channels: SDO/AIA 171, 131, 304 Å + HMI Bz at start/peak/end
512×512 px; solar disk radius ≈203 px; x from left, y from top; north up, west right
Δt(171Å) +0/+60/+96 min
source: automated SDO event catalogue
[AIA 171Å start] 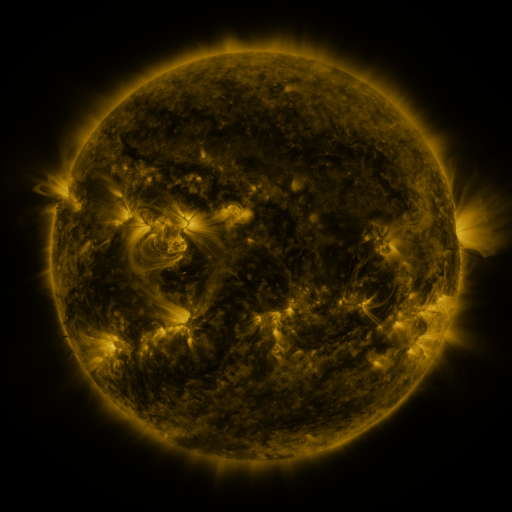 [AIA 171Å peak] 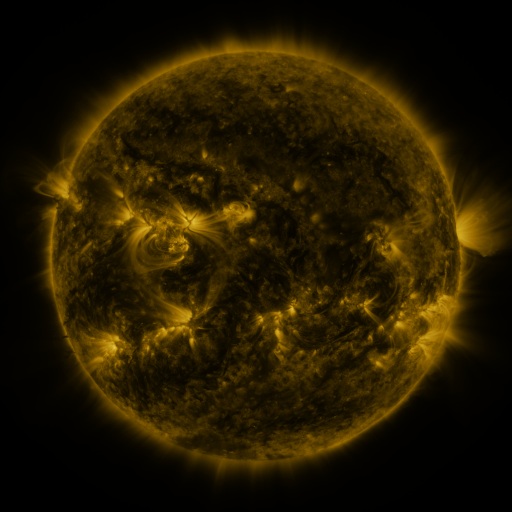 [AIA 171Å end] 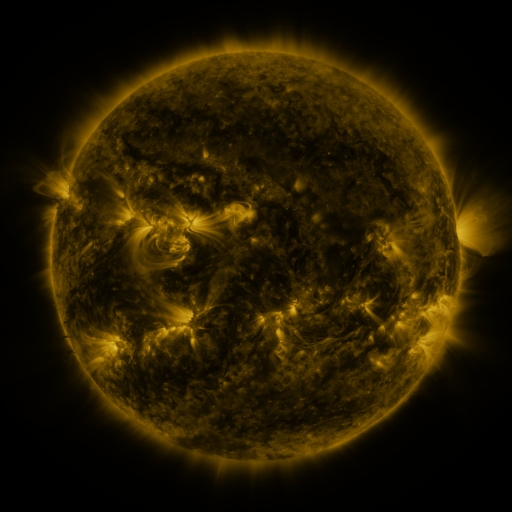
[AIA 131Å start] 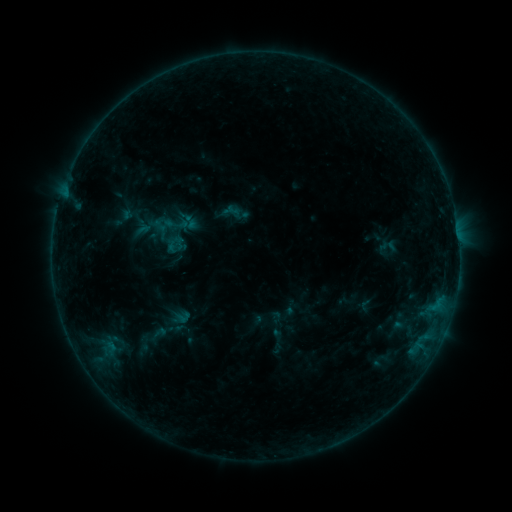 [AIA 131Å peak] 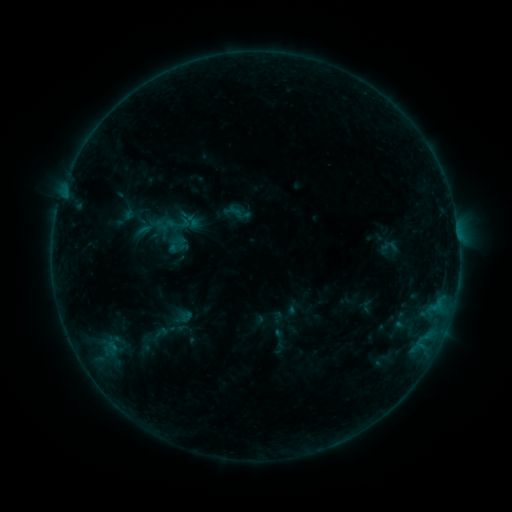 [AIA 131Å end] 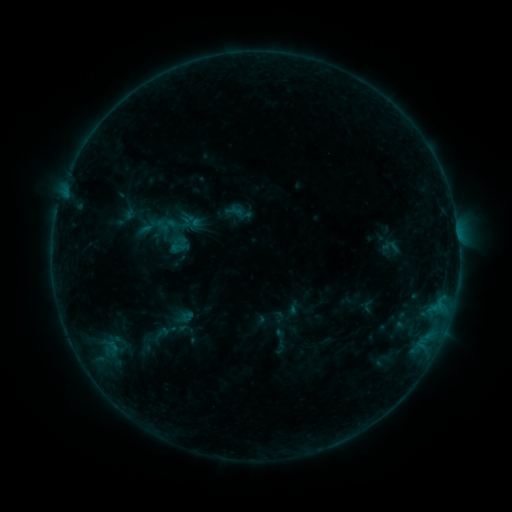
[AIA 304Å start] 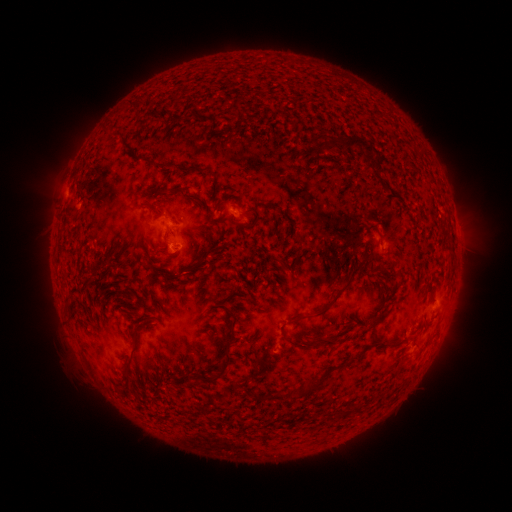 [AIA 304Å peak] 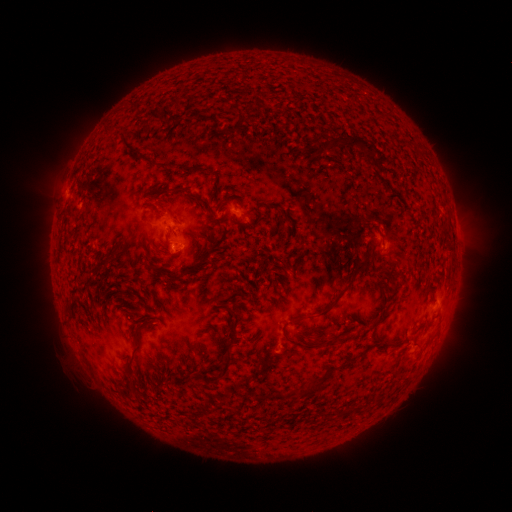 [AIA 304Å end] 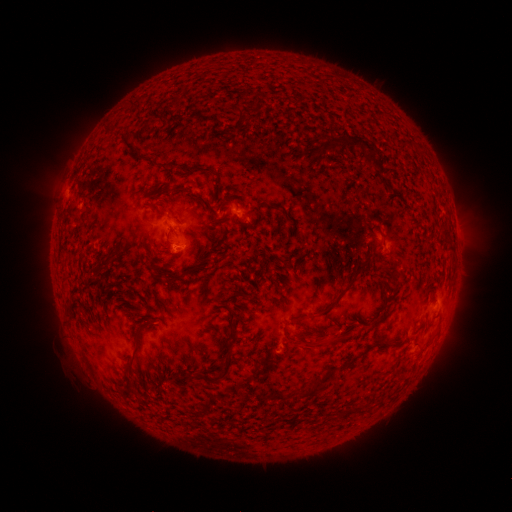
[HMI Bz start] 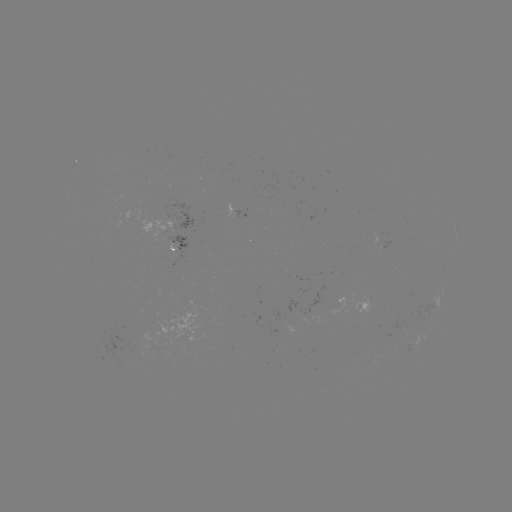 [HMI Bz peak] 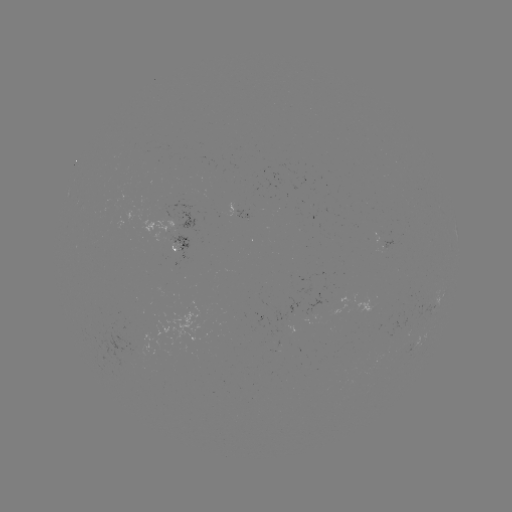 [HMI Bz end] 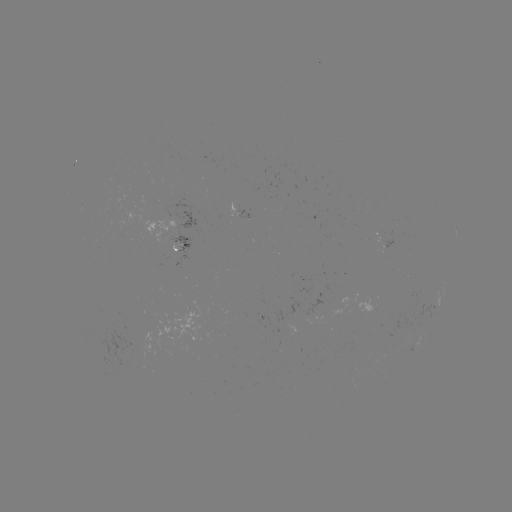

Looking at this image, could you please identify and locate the emerging-flux region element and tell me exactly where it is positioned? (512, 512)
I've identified emerging-flux region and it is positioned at [234, 208].